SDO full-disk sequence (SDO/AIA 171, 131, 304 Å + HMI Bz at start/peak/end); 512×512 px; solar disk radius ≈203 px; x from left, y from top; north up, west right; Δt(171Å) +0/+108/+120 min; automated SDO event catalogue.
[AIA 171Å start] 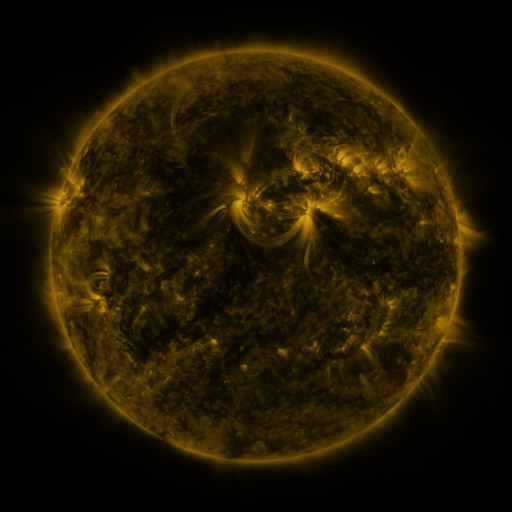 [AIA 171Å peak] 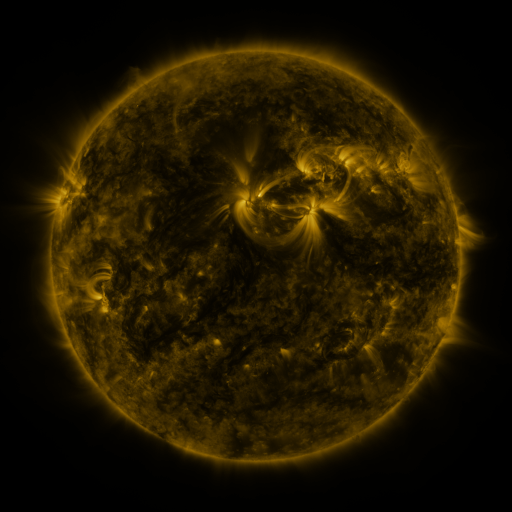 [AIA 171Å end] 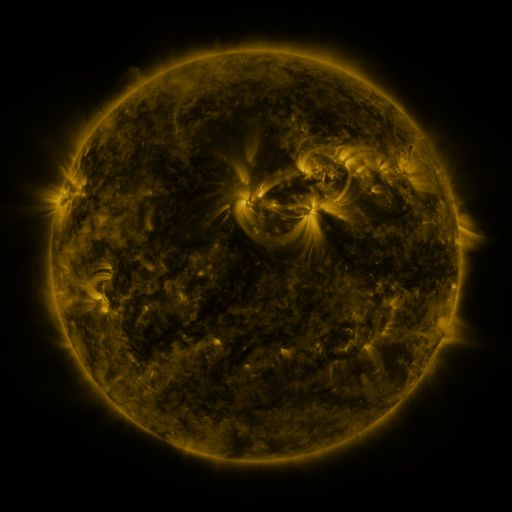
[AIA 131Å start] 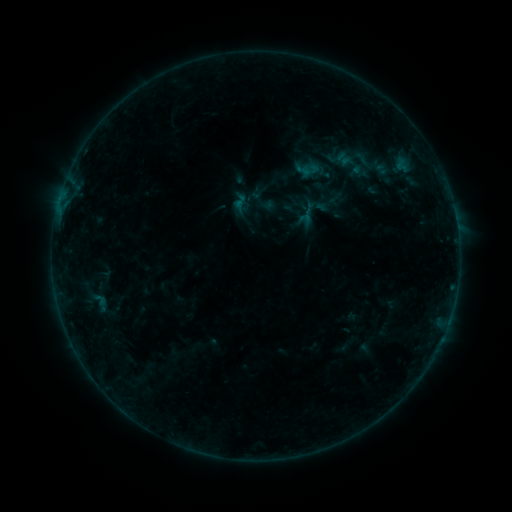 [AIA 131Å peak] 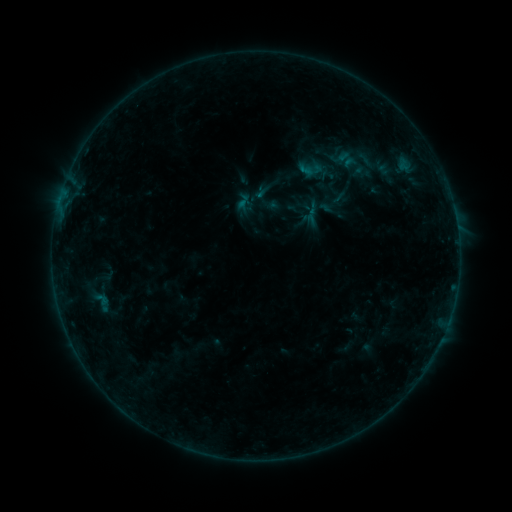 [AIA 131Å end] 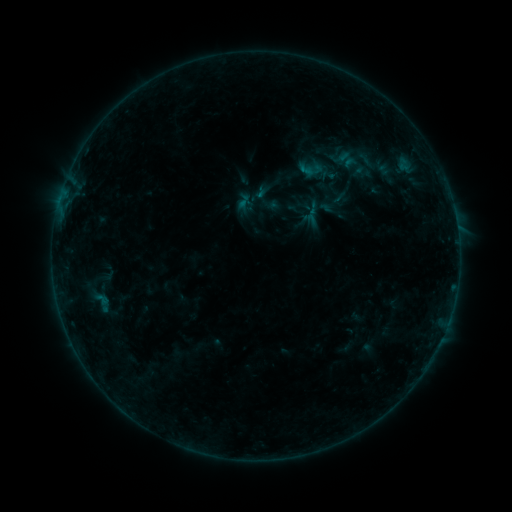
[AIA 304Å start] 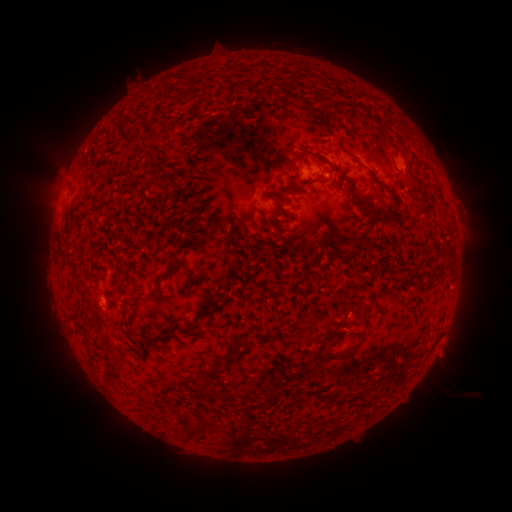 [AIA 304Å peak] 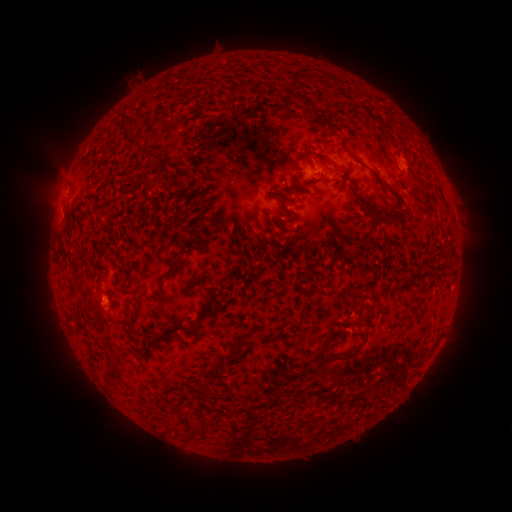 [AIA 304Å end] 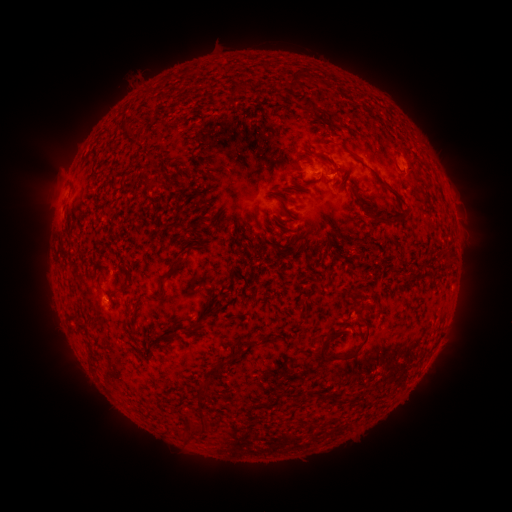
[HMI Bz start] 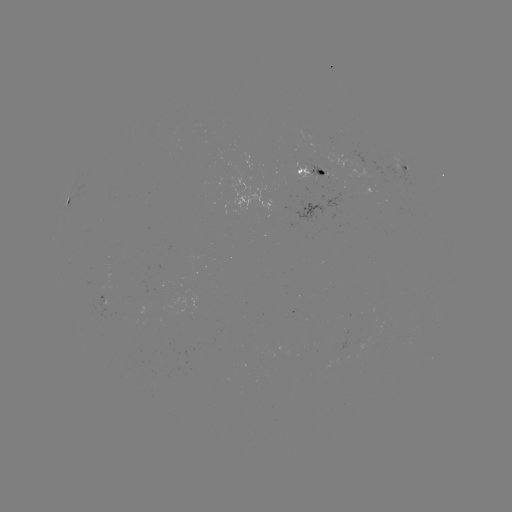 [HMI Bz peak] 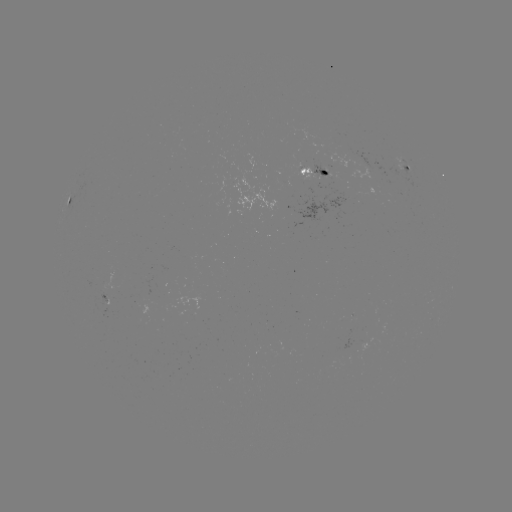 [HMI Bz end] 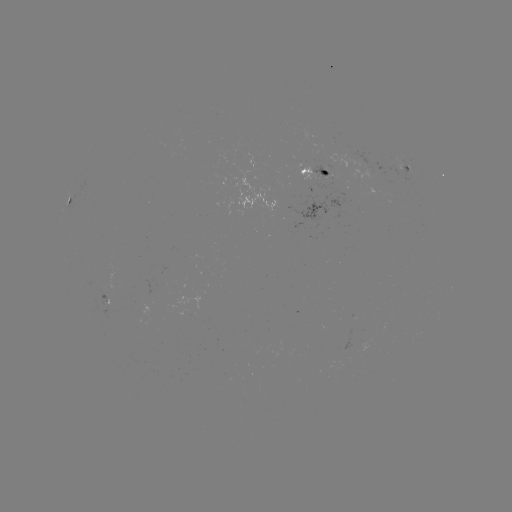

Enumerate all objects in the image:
emerging-flux region: (359, 161)
